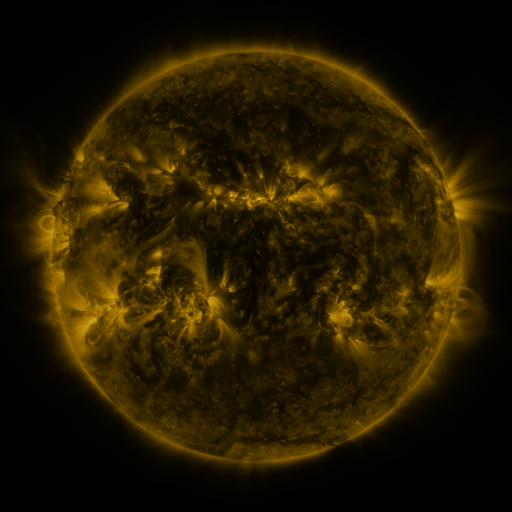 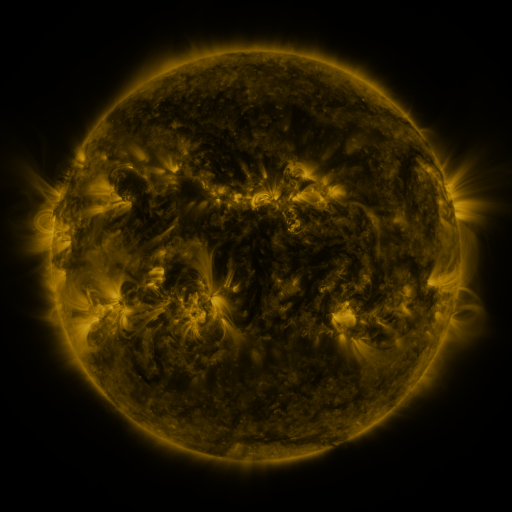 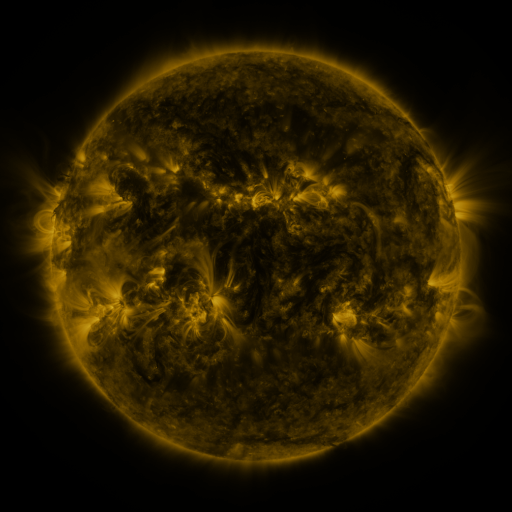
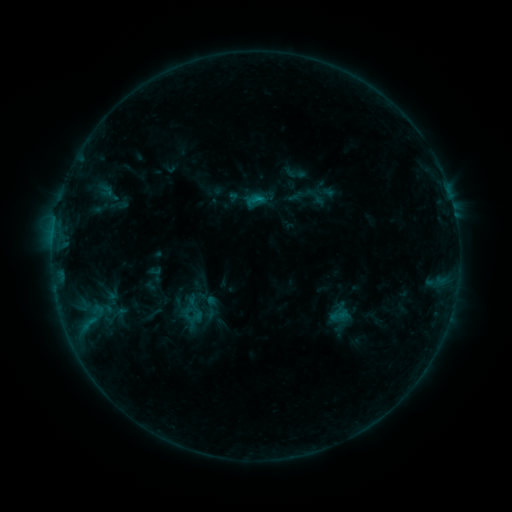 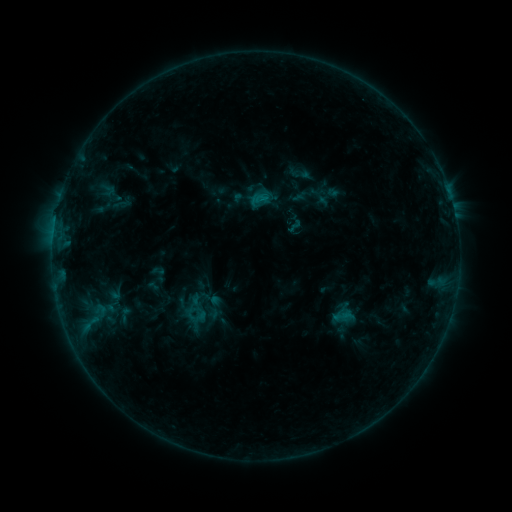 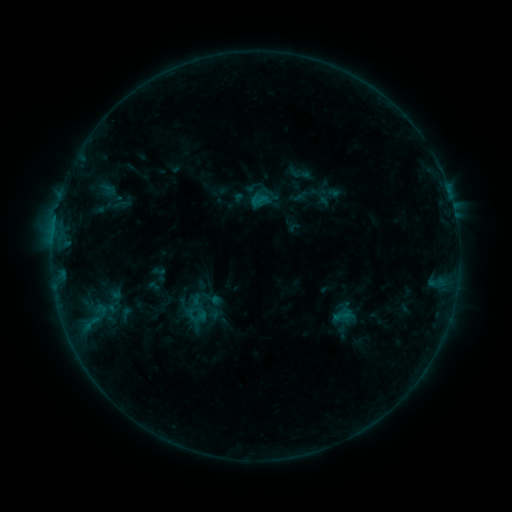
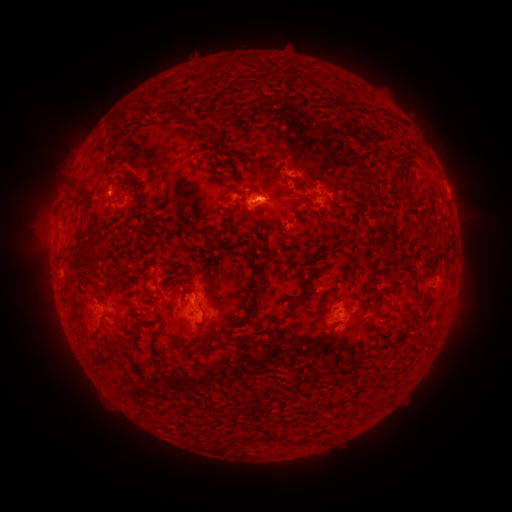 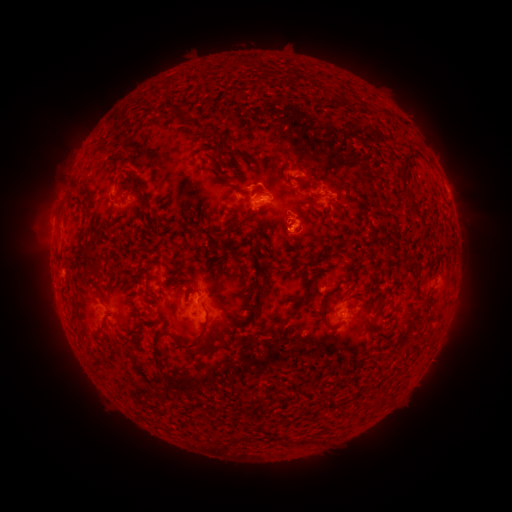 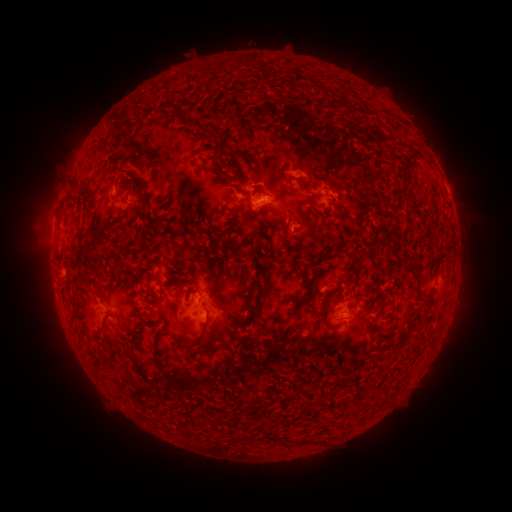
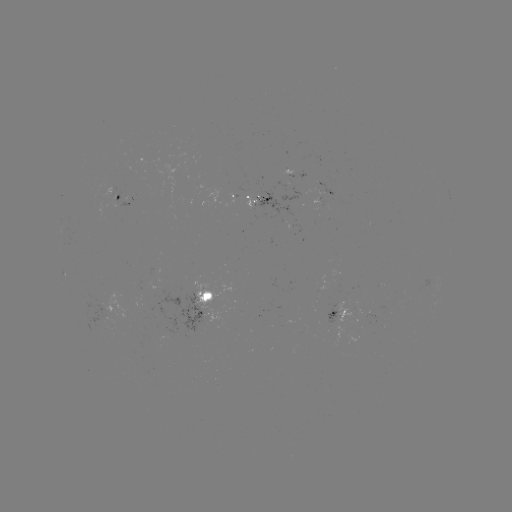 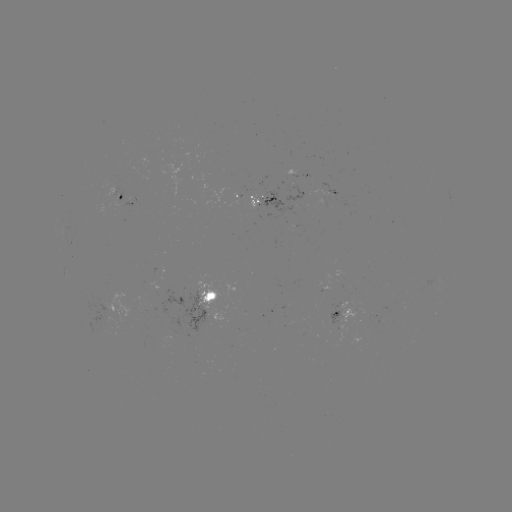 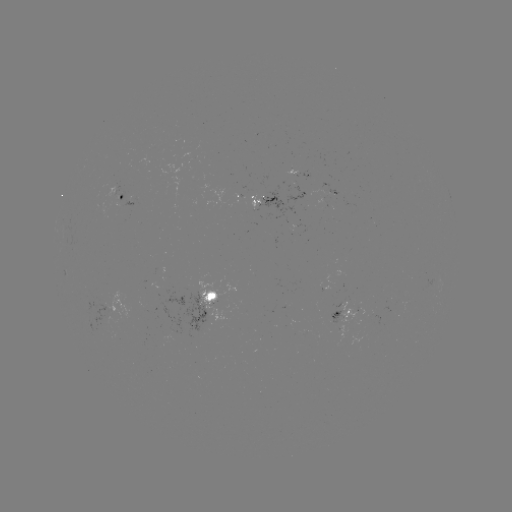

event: emerging-flux region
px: (252, 195)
